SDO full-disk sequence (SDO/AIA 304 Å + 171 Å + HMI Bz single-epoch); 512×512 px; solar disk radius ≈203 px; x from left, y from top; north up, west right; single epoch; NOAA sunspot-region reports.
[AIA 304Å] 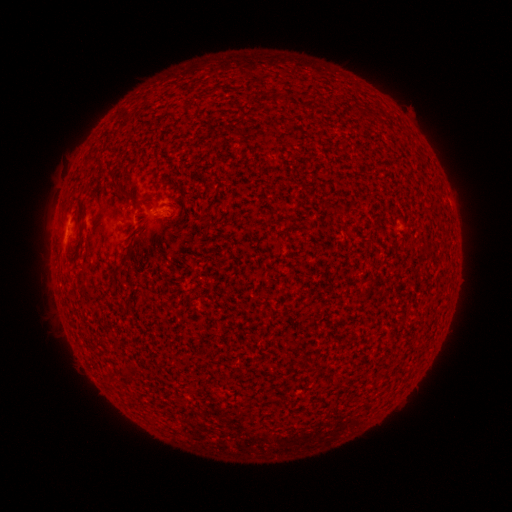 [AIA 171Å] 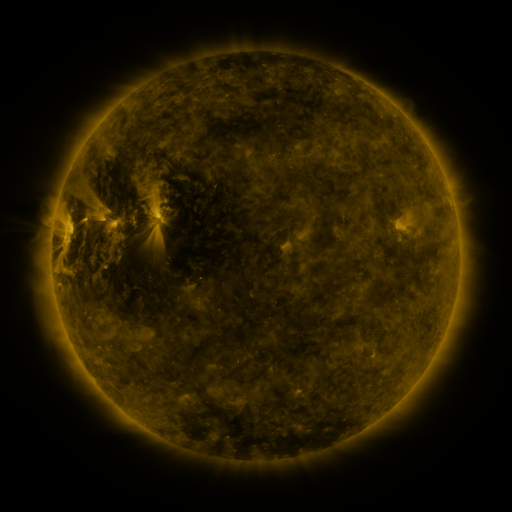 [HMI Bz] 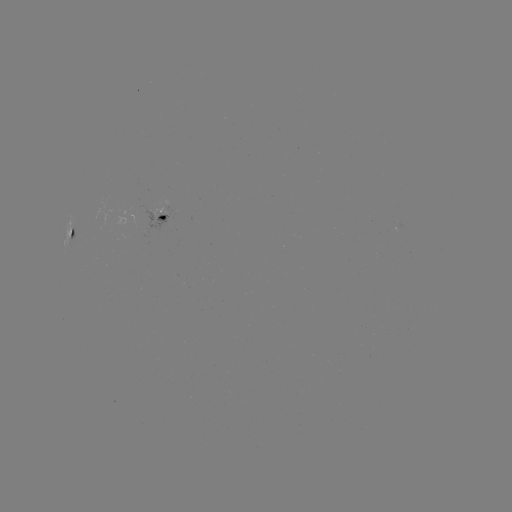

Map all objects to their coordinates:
spotted active region: (161, 216)
spotted active region: (70, 233)
